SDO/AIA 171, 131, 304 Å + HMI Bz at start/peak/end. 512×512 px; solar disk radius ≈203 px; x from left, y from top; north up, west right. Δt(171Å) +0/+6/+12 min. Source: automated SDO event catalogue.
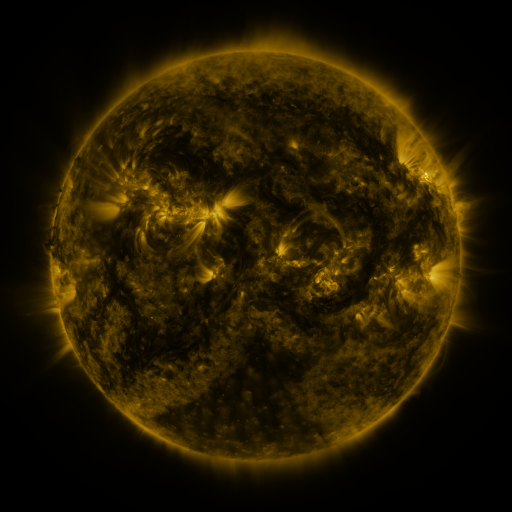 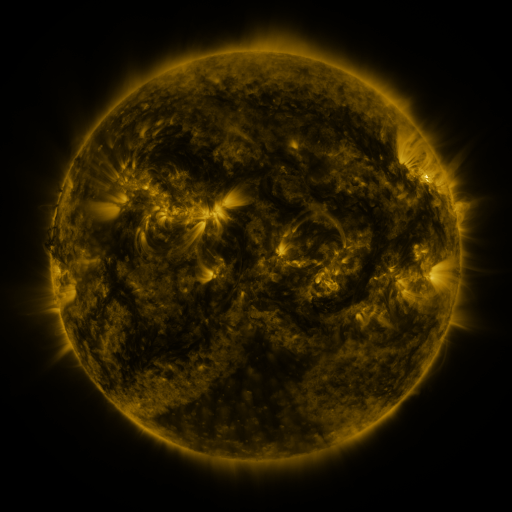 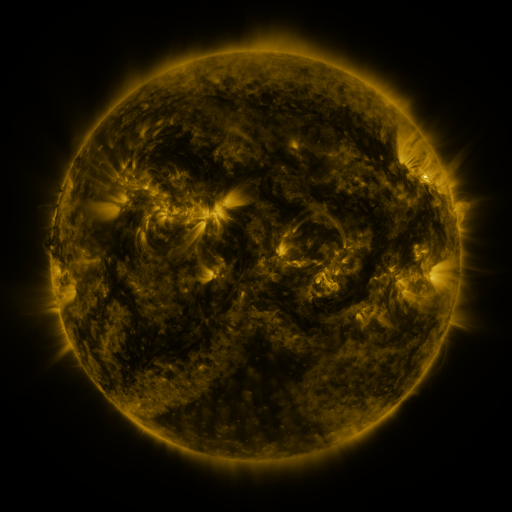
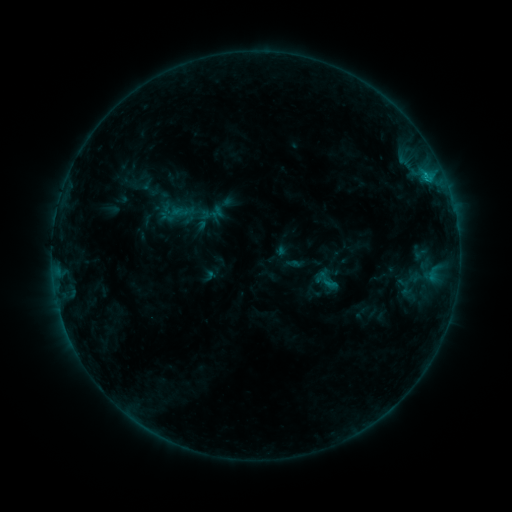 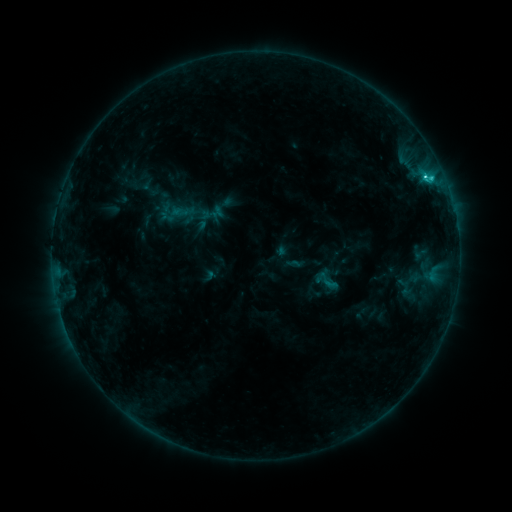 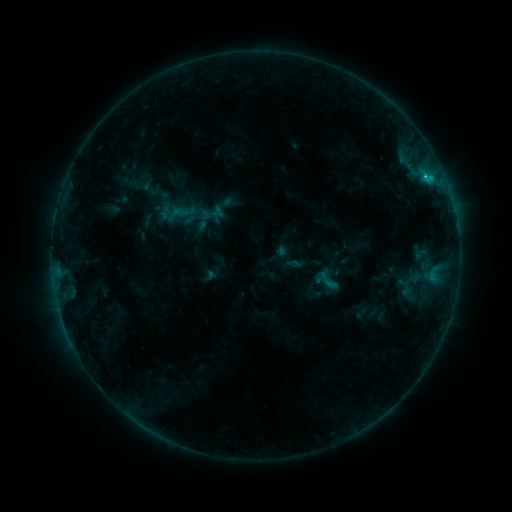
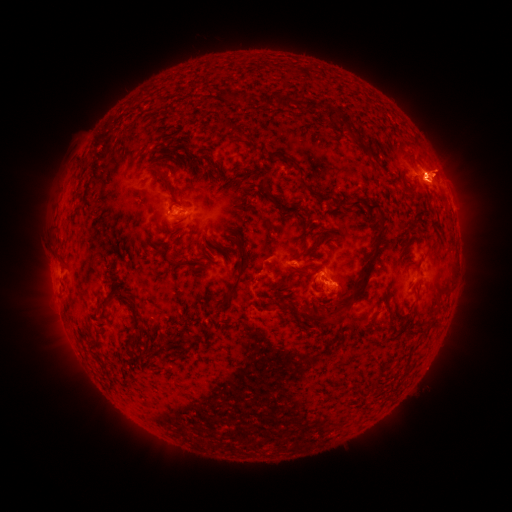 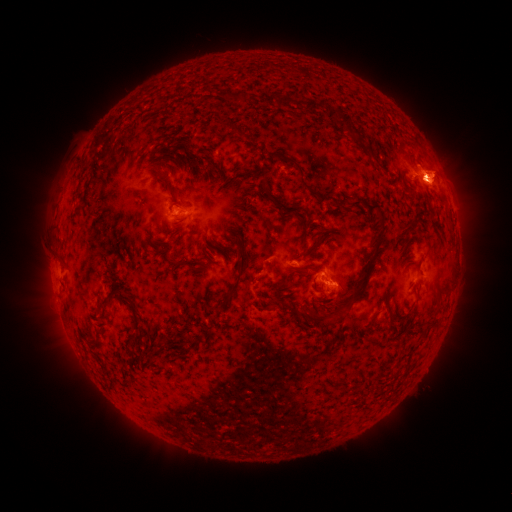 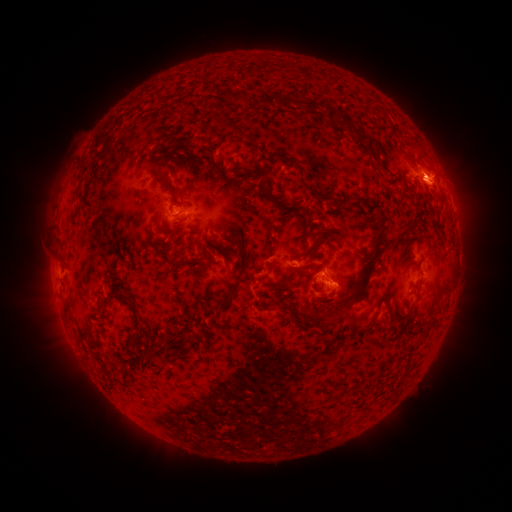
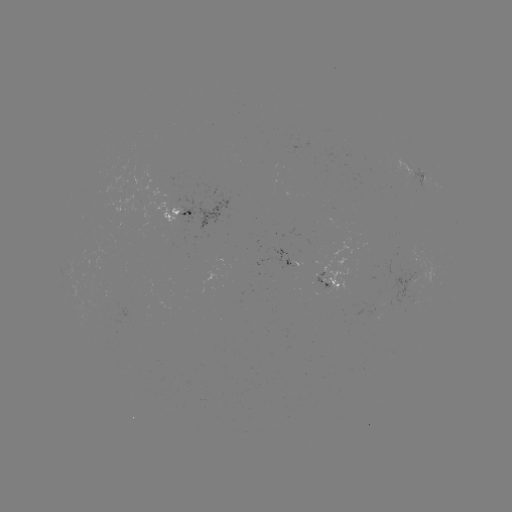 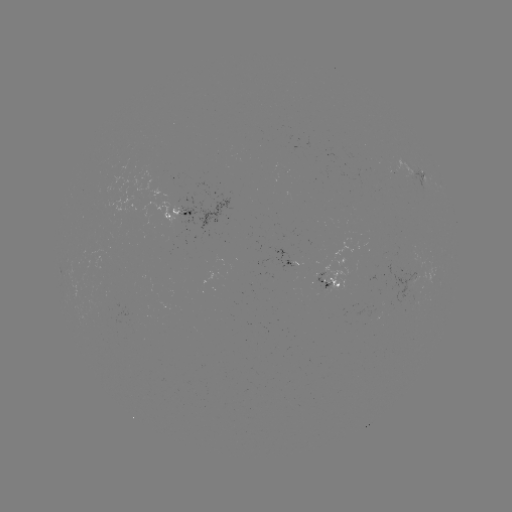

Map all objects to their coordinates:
C2.2 flare: (424, 178)
